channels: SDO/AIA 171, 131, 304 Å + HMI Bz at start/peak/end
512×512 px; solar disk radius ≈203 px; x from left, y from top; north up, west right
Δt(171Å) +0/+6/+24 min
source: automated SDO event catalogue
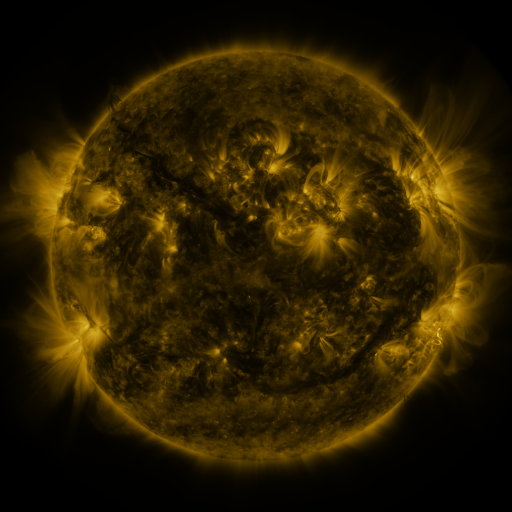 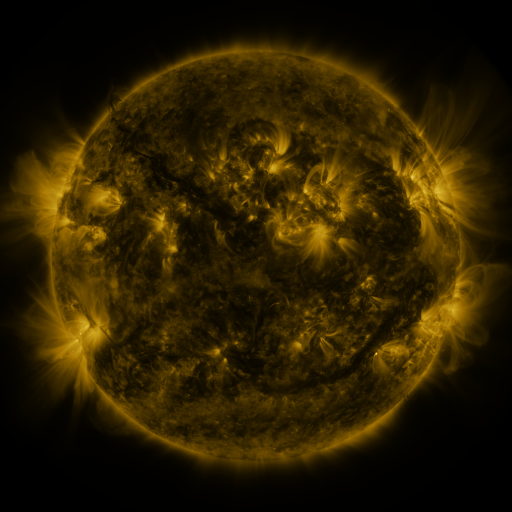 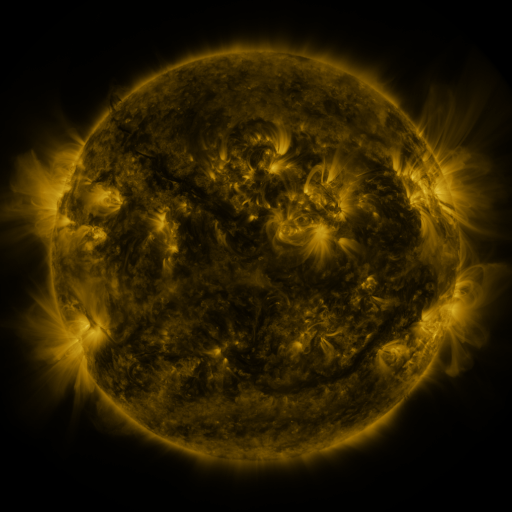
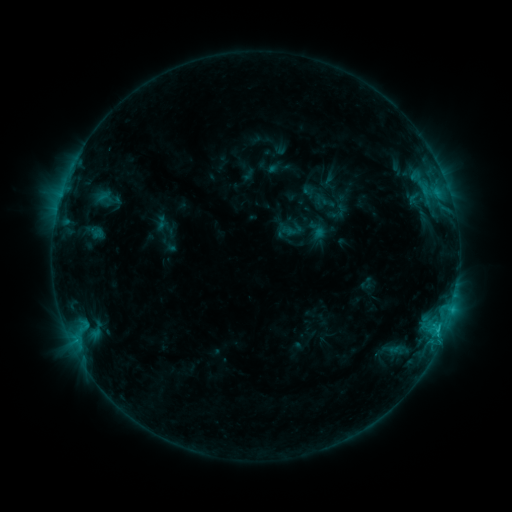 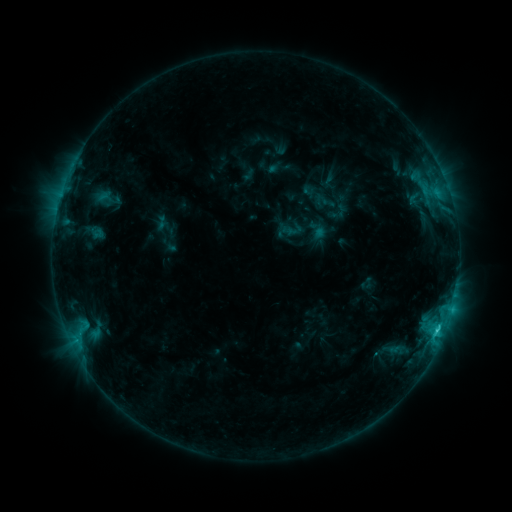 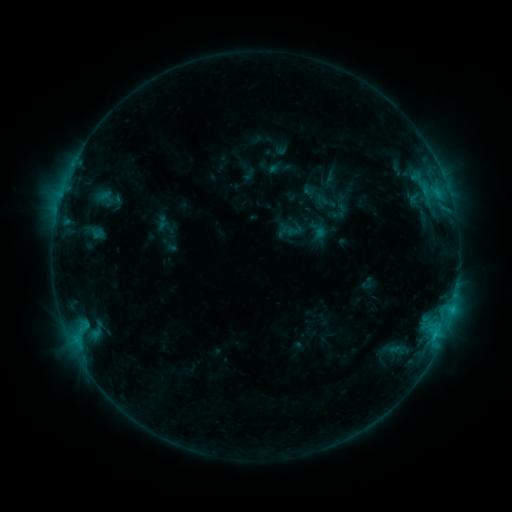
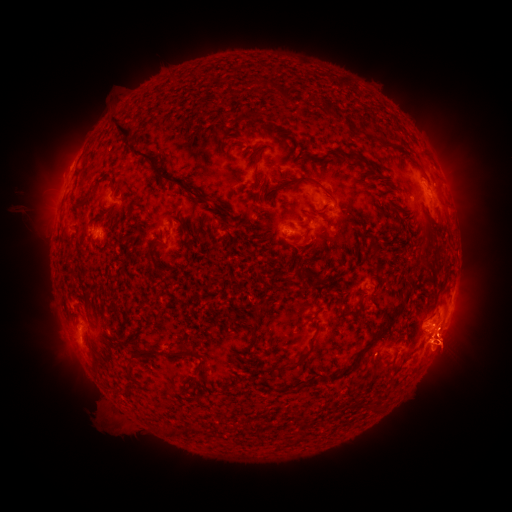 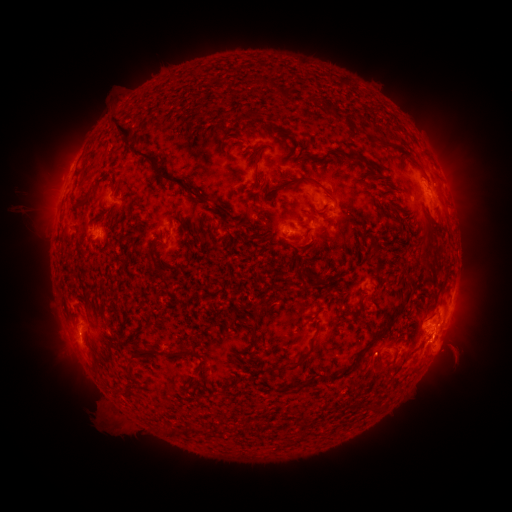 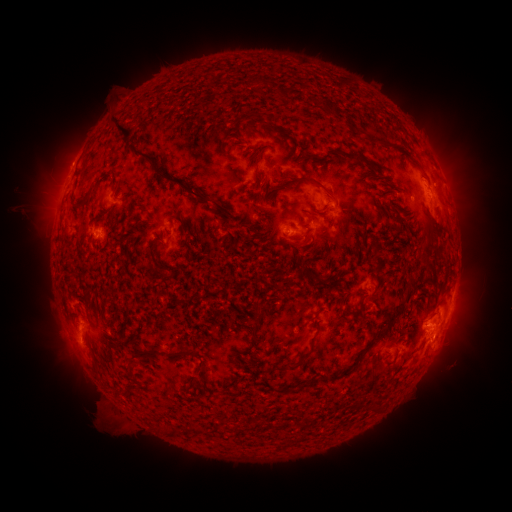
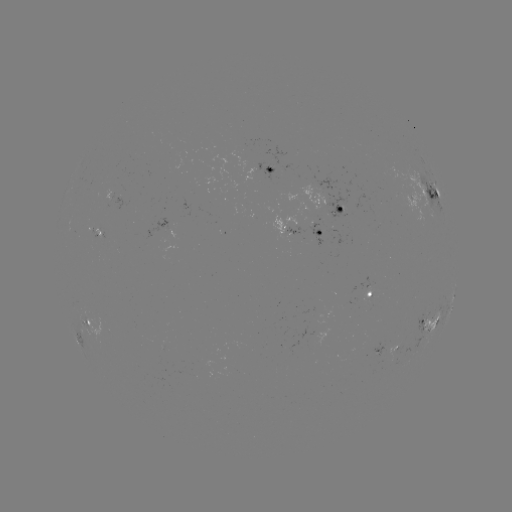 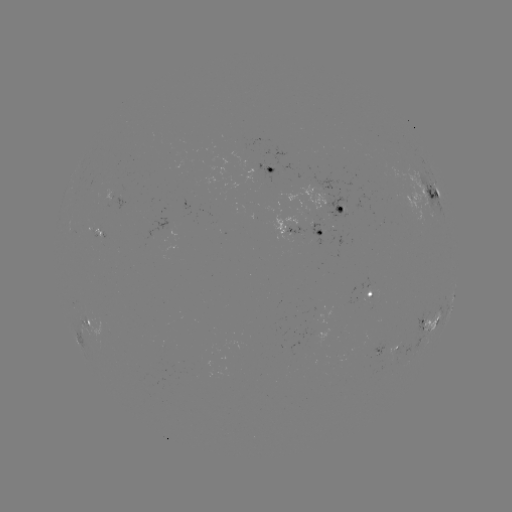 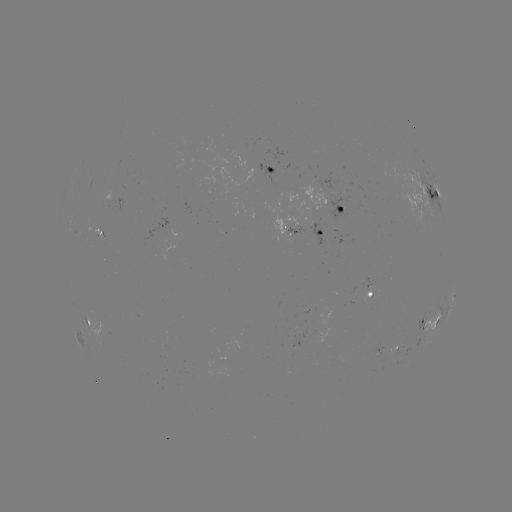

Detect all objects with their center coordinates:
C1.9 flare: (437, 328)
